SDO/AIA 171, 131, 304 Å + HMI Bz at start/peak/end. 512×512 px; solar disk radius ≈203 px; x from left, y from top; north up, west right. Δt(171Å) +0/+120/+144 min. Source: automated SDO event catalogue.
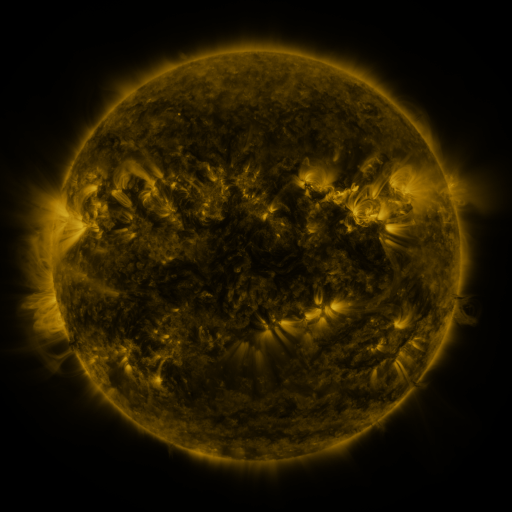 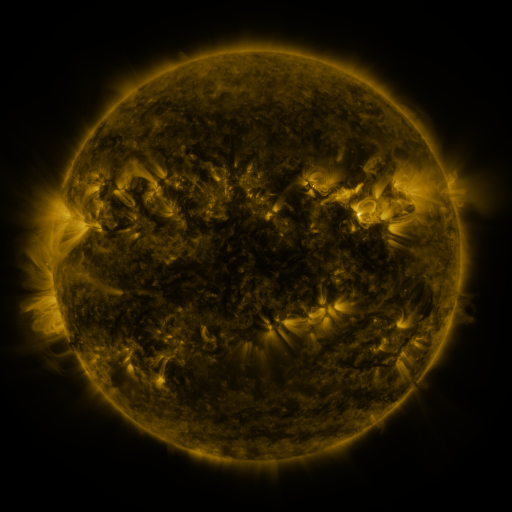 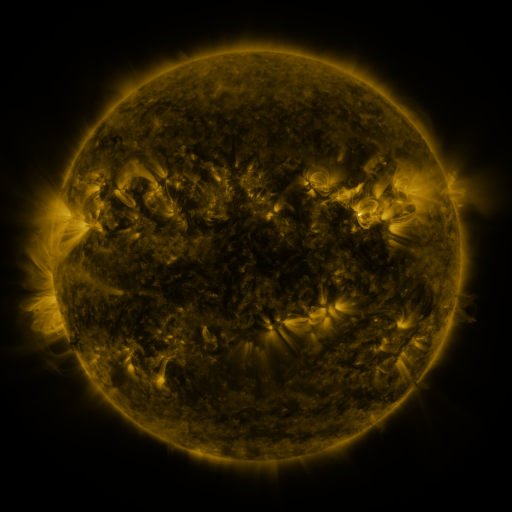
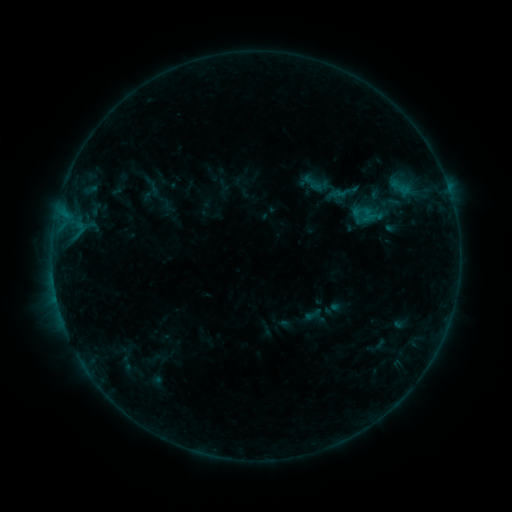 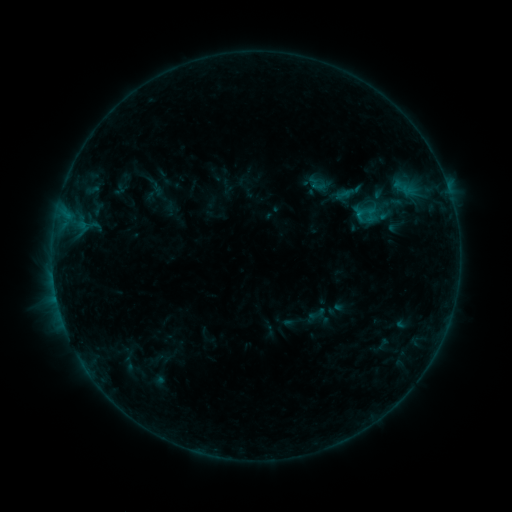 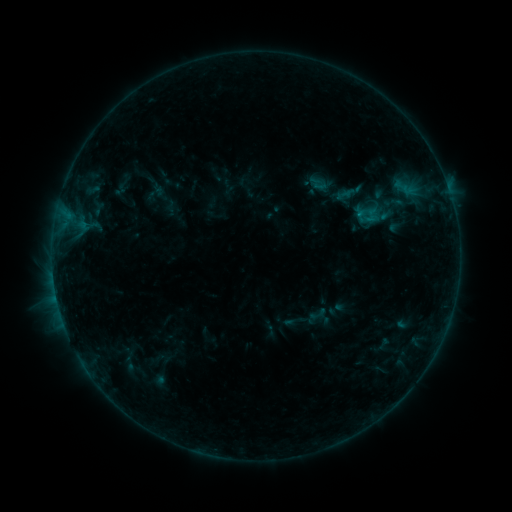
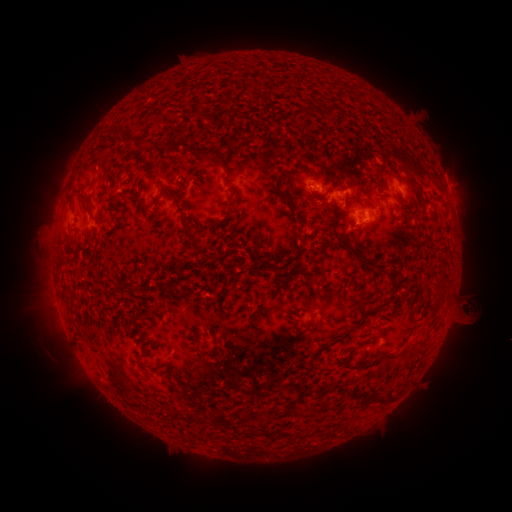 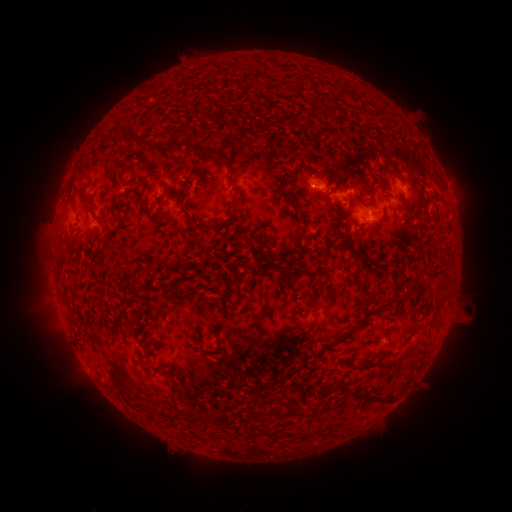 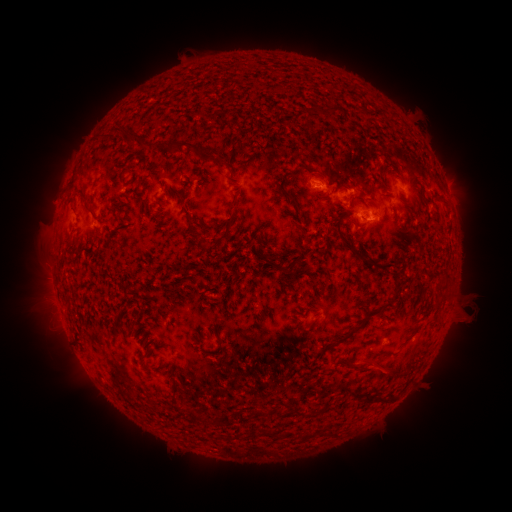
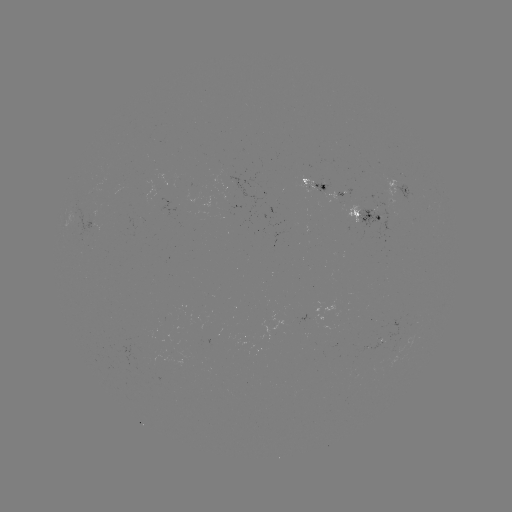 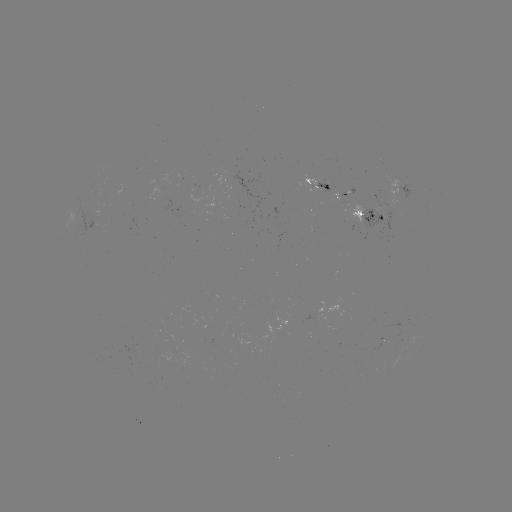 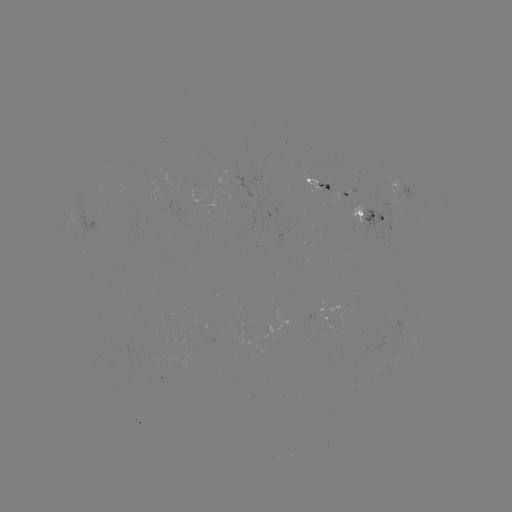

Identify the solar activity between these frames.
emerging-flux region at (328, 194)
